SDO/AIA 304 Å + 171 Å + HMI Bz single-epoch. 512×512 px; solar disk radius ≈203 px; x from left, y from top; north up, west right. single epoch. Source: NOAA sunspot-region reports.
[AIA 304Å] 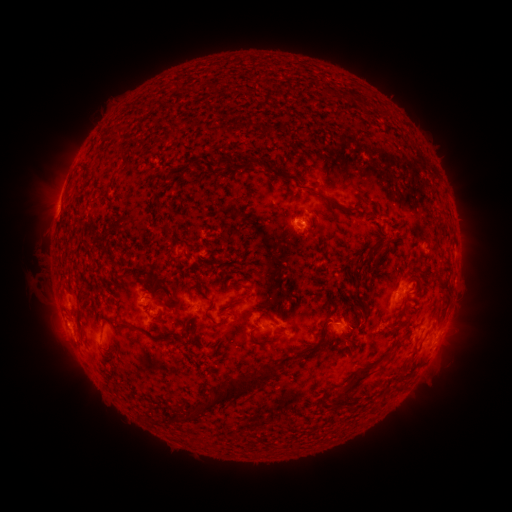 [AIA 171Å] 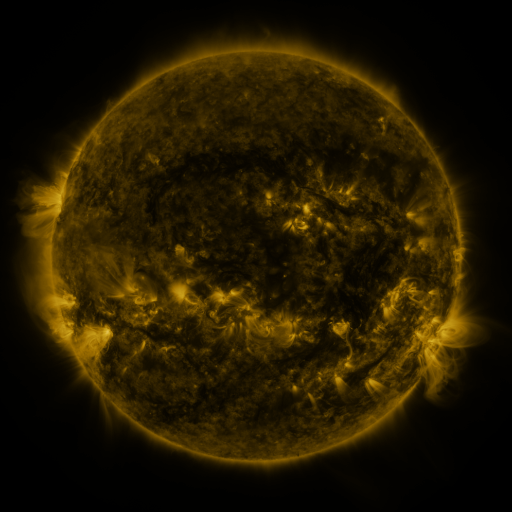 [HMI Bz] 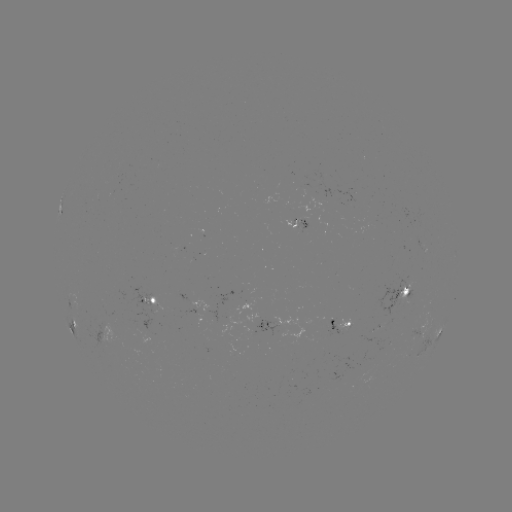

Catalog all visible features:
spotted active region: (296, 222)
spotted active region: (183, 250)
spotted active region: (404, 293)
spotted active region: (157, 301)
spotted active region: (203, 307)
spotted active region: (73, 322)
spotted active region: (266, 325)
spotted active region: (342, 326)
spotted active region: (434, 336)
